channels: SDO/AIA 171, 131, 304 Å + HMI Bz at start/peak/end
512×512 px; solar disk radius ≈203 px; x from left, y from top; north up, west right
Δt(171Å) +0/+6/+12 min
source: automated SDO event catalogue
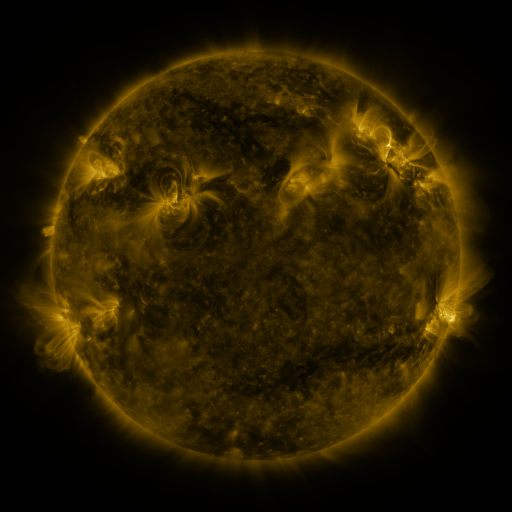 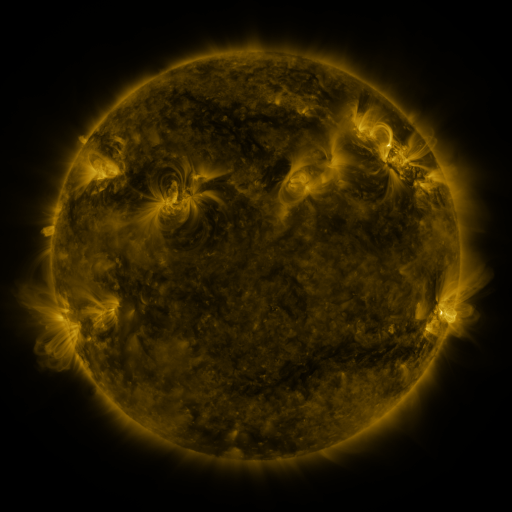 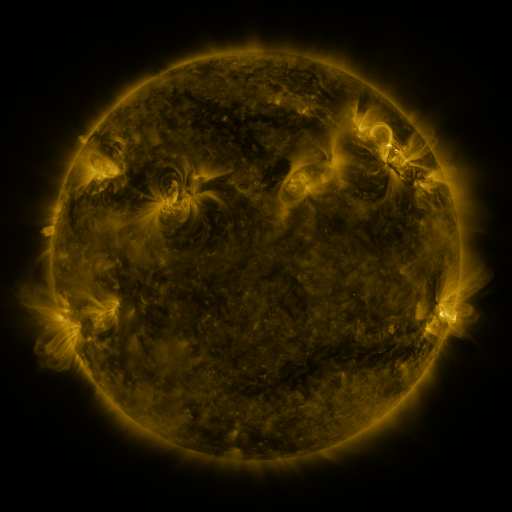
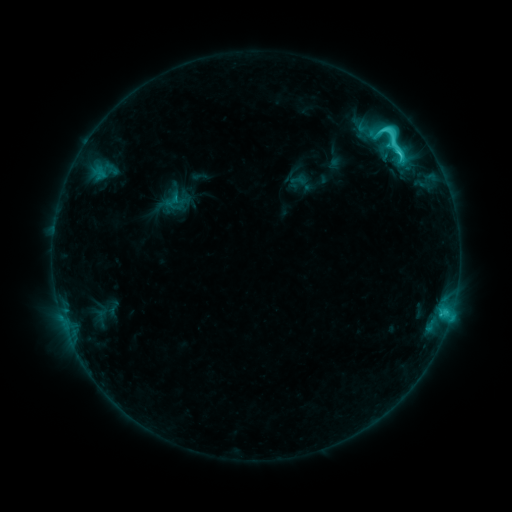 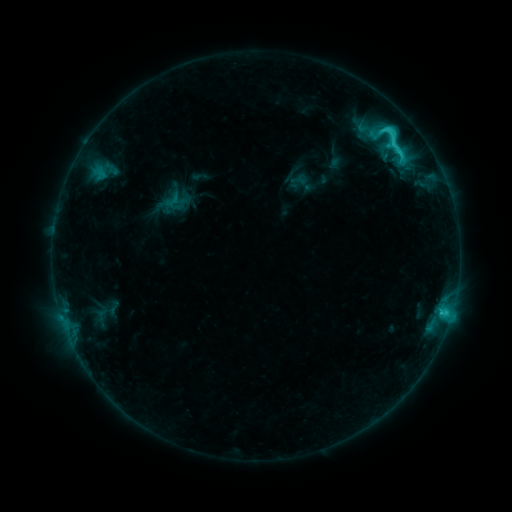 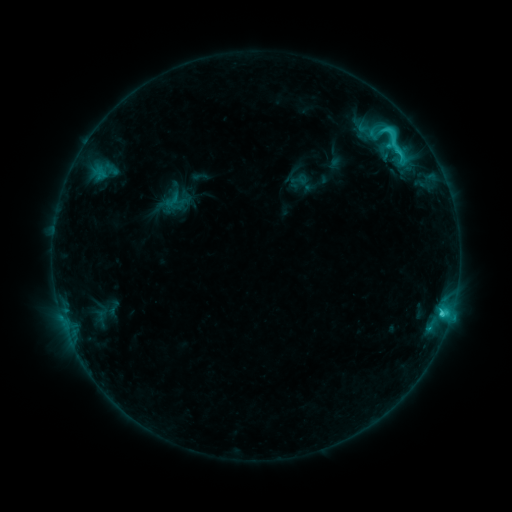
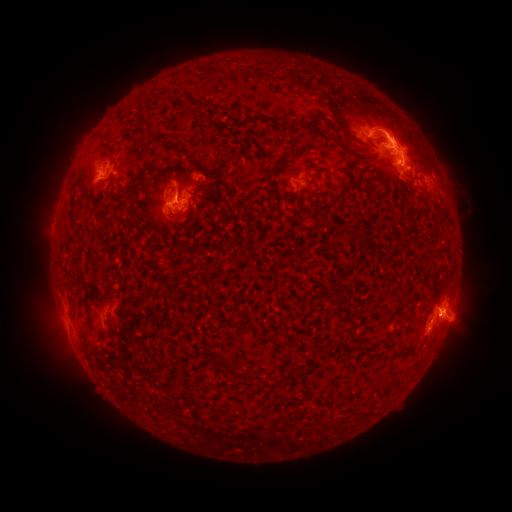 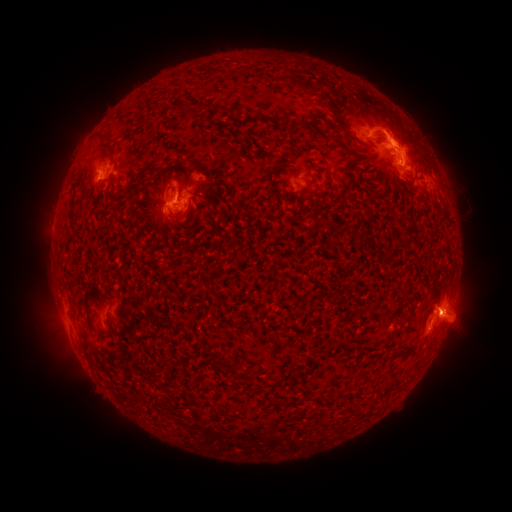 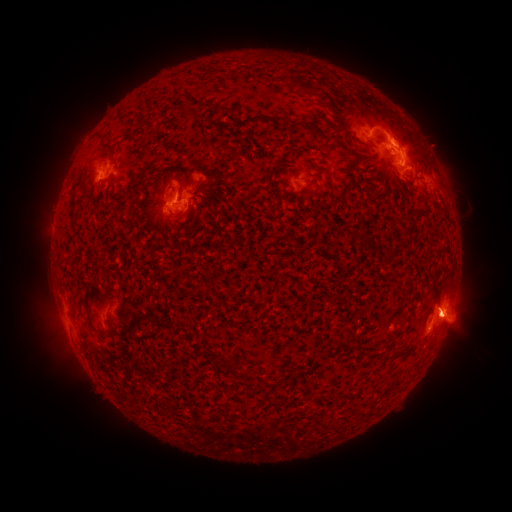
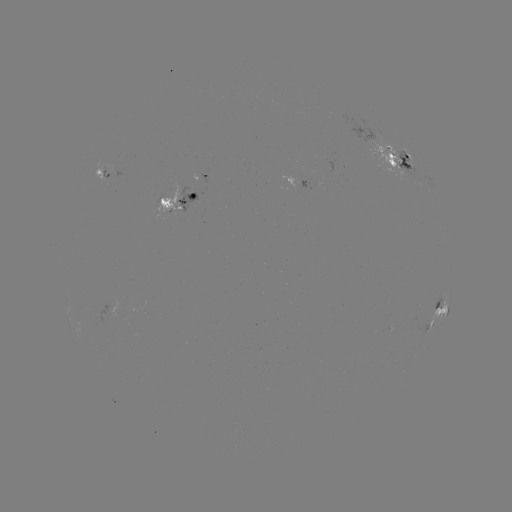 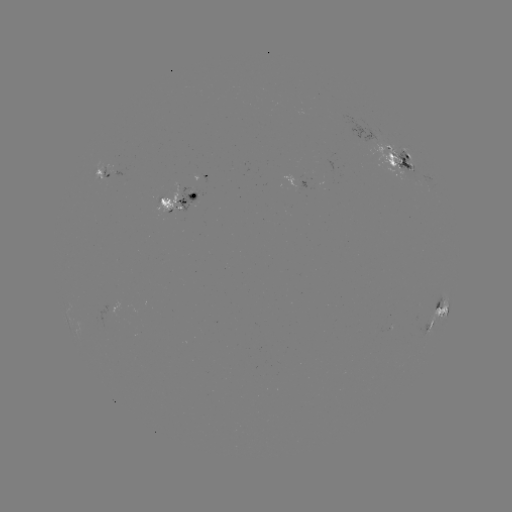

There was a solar eruption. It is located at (449, 318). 